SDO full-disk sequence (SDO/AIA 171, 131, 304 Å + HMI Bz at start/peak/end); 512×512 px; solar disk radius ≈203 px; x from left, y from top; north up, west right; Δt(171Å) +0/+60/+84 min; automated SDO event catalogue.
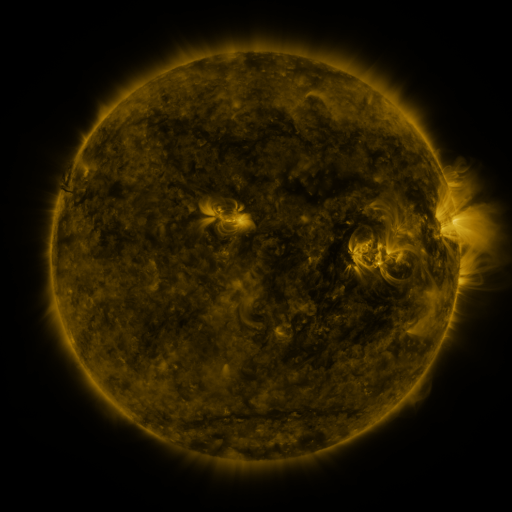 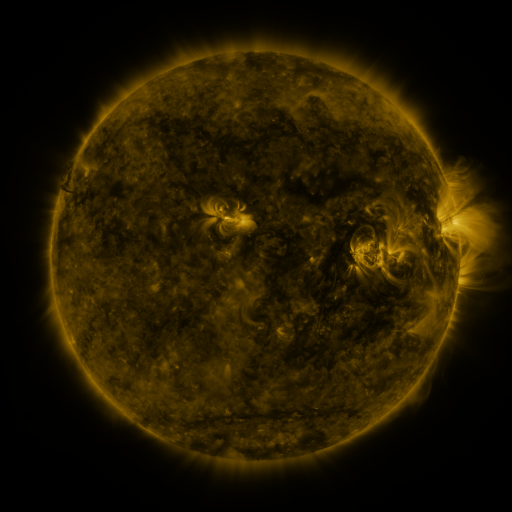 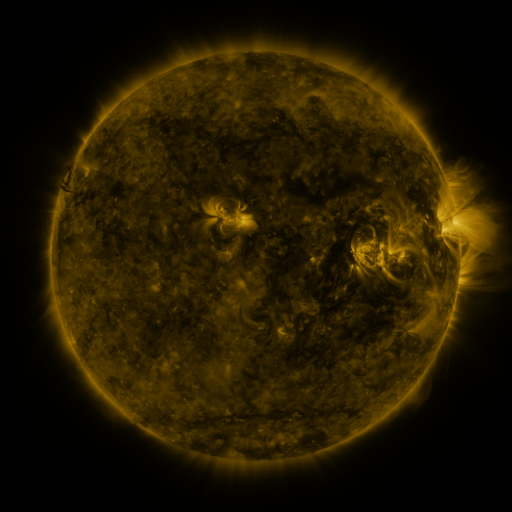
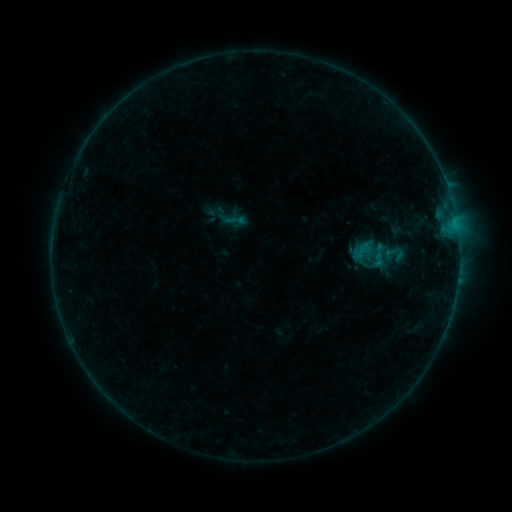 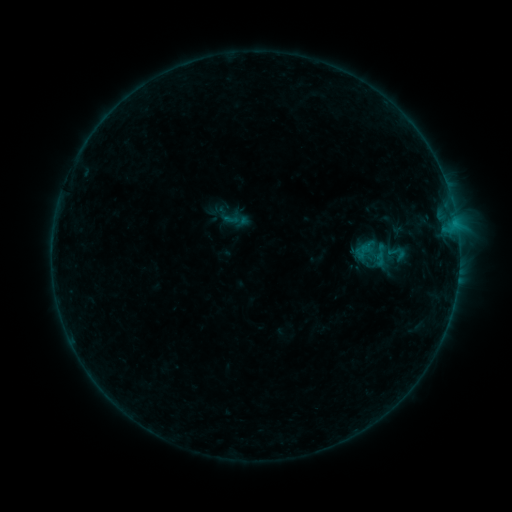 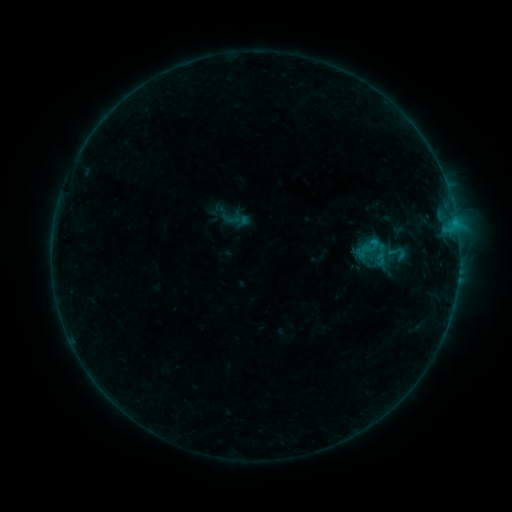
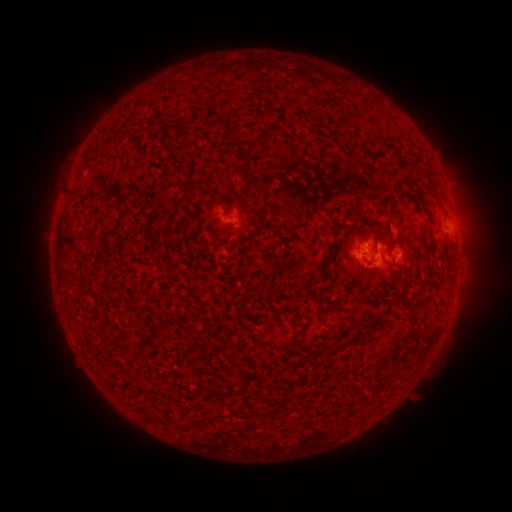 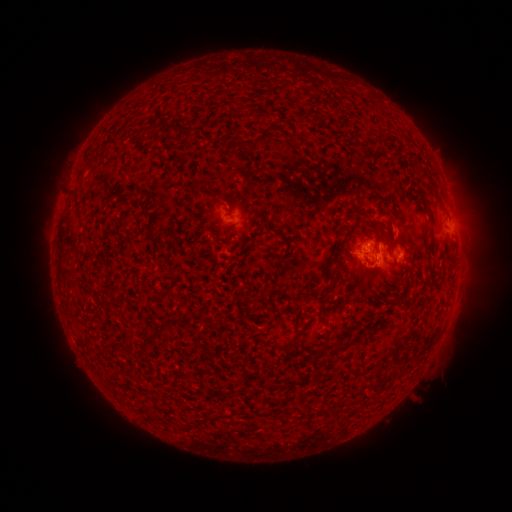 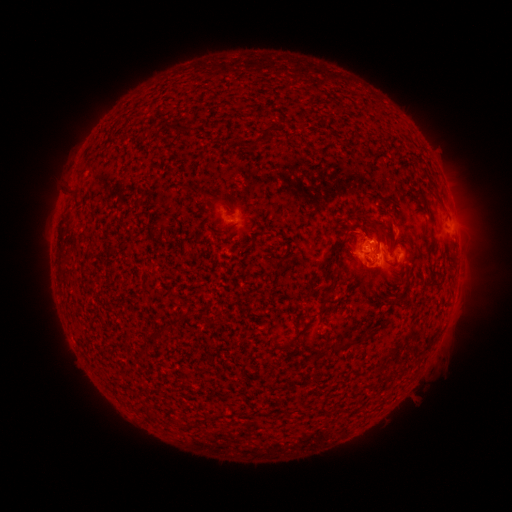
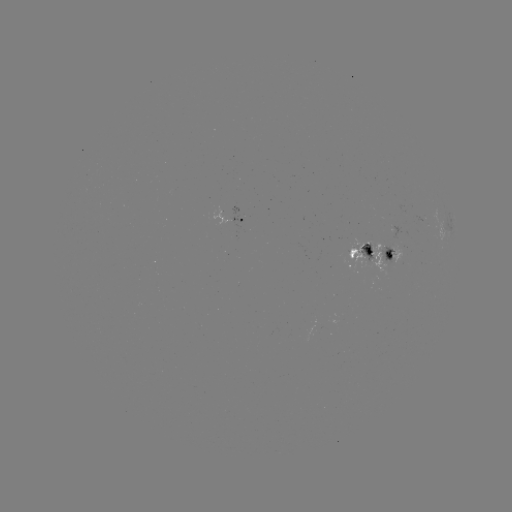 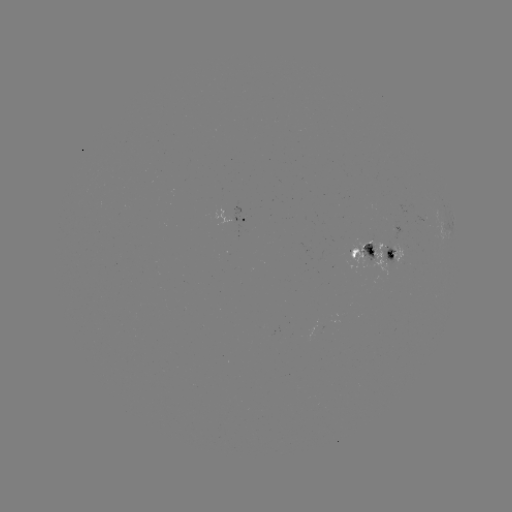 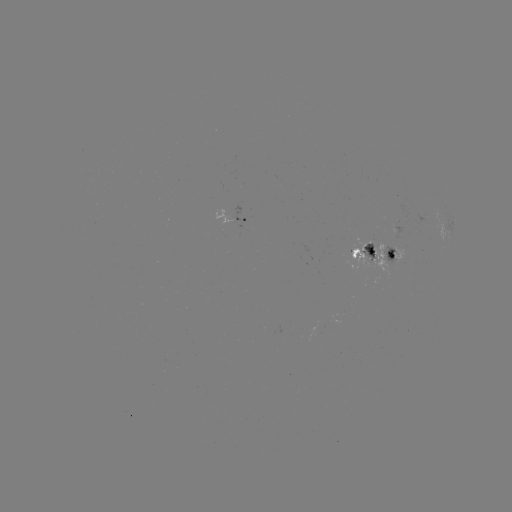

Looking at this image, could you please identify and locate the emerging-flux region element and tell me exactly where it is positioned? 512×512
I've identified emerging-flux region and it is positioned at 387,249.